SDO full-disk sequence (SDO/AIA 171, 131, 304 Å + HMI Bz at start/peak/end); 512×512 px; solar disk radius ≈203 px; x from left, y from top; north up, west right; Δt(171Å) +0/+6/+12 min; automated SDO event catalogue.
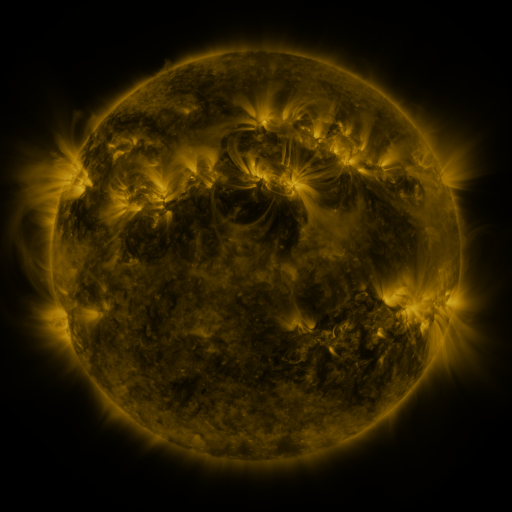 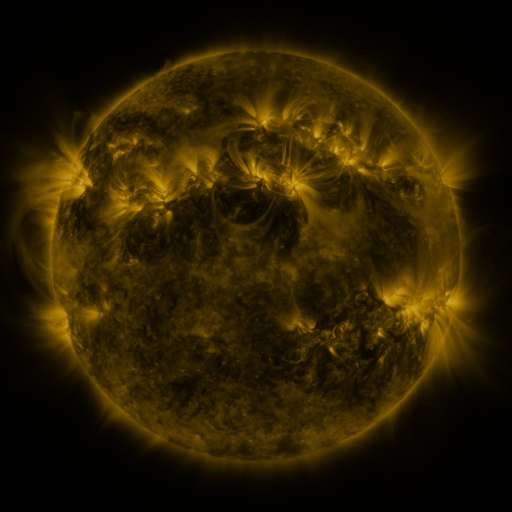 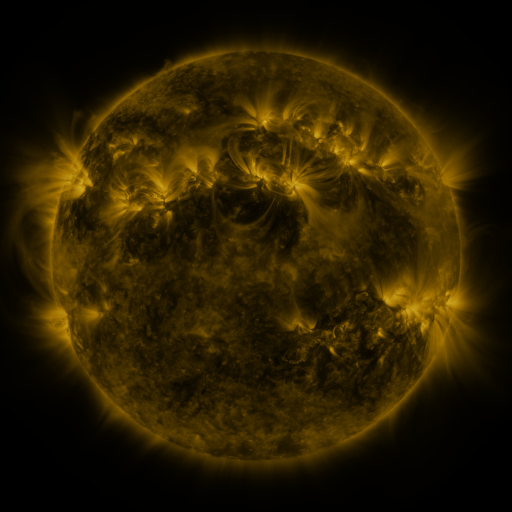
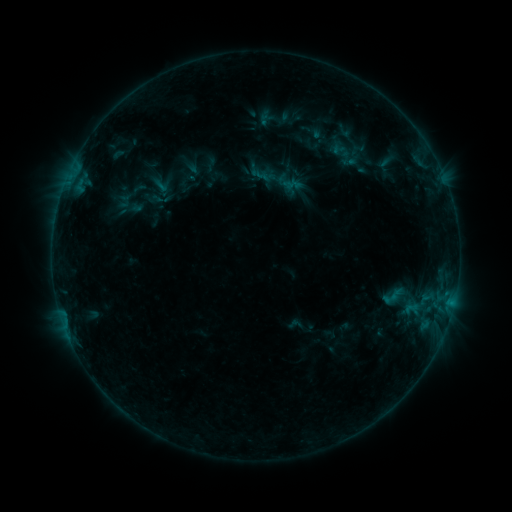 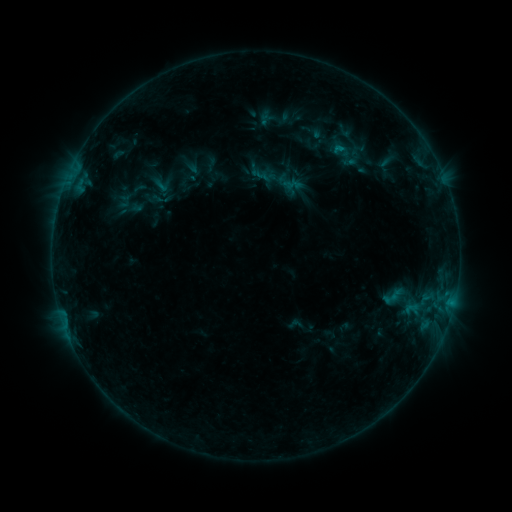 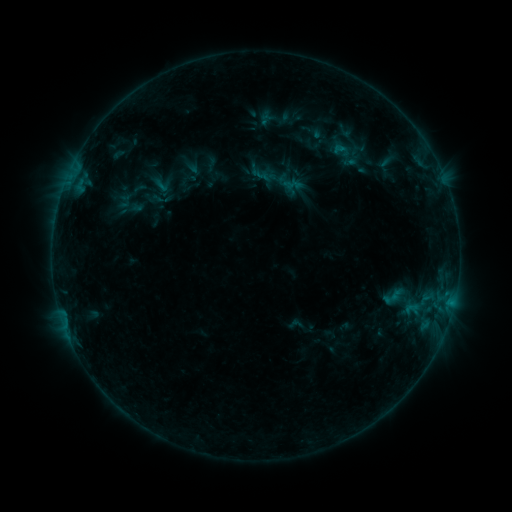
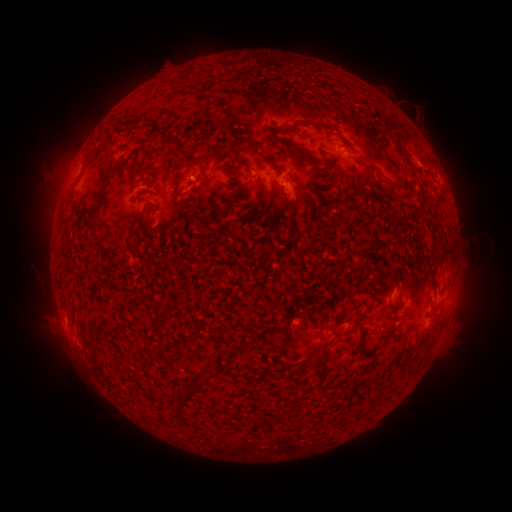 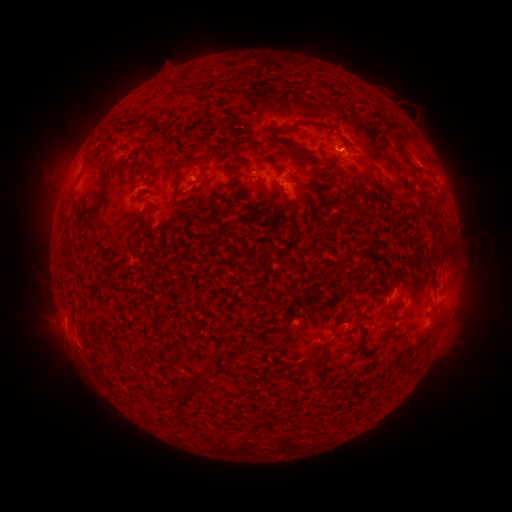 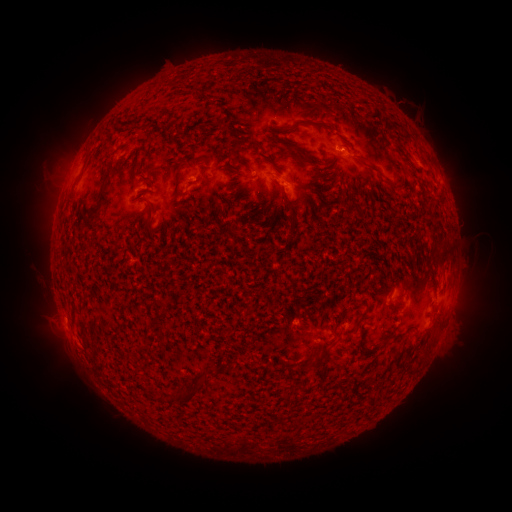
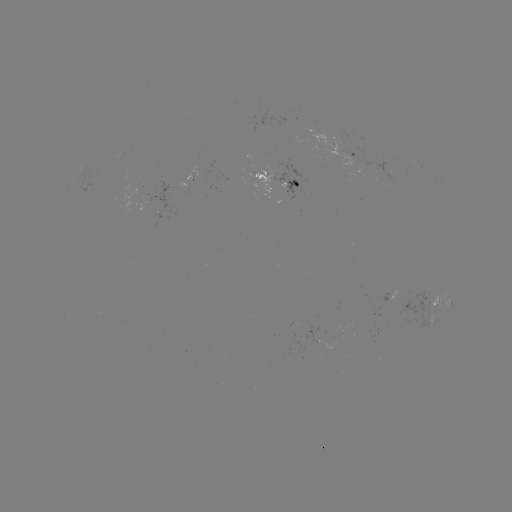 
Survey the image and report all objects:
B4.1 flare: (339, 151)
